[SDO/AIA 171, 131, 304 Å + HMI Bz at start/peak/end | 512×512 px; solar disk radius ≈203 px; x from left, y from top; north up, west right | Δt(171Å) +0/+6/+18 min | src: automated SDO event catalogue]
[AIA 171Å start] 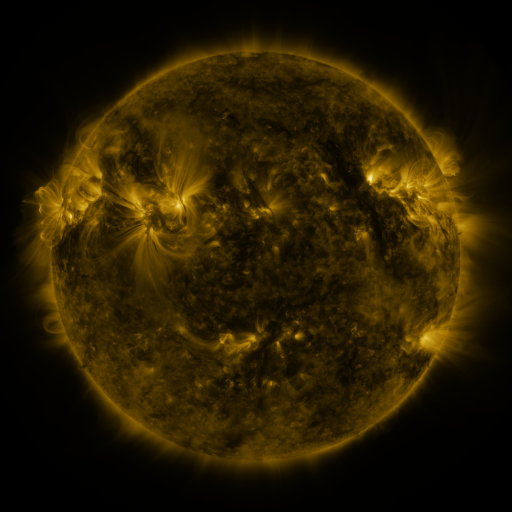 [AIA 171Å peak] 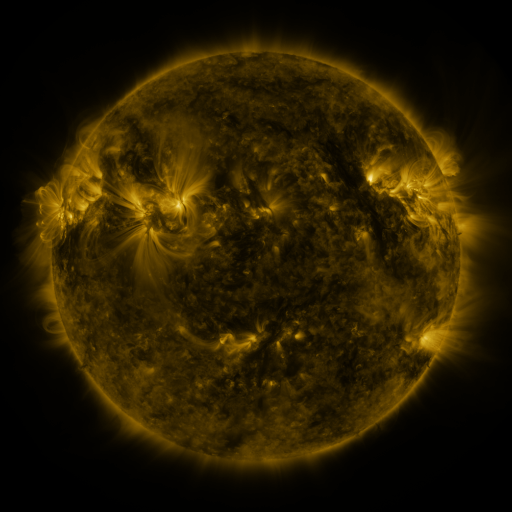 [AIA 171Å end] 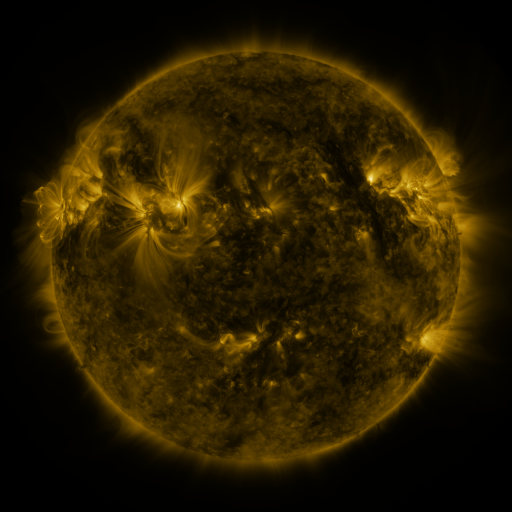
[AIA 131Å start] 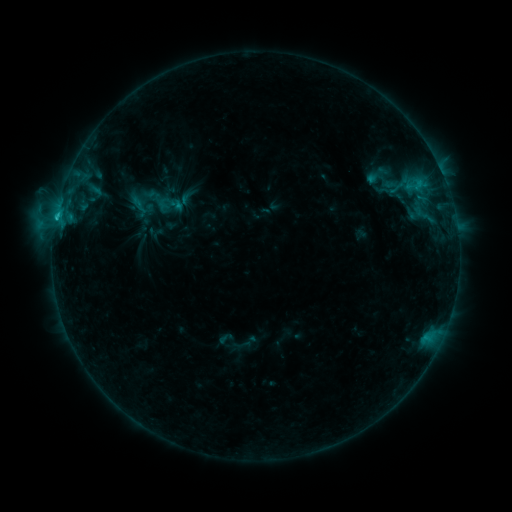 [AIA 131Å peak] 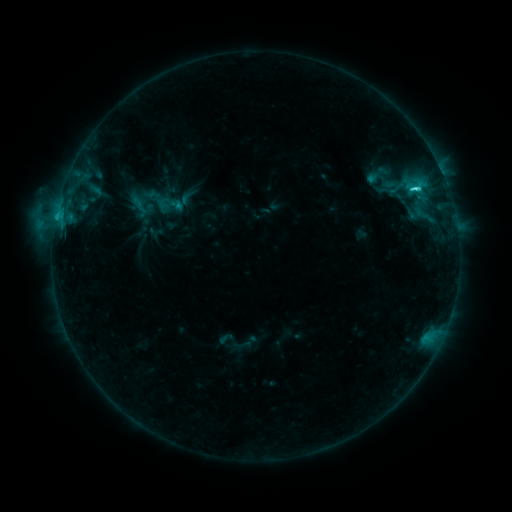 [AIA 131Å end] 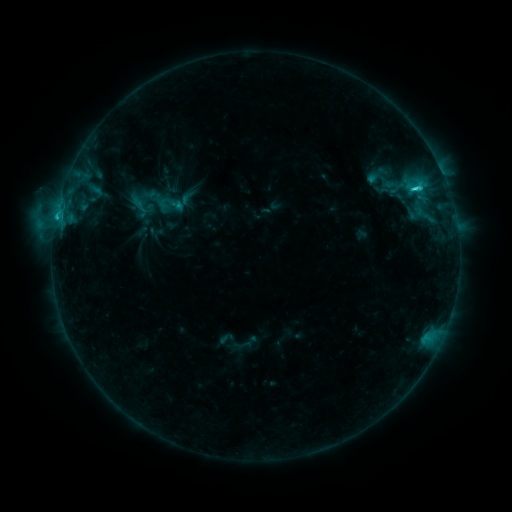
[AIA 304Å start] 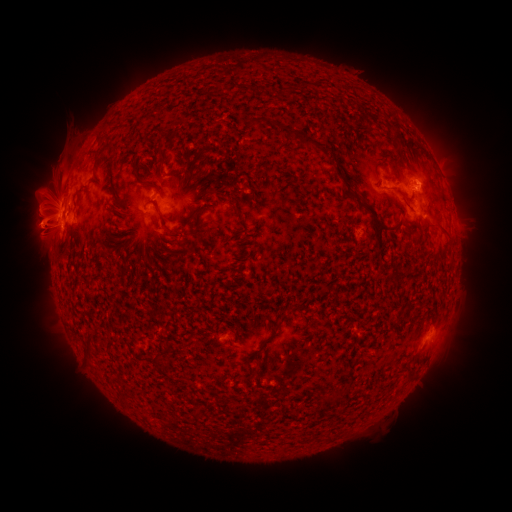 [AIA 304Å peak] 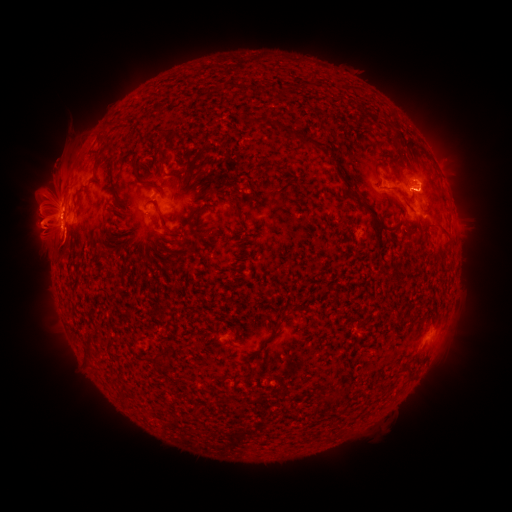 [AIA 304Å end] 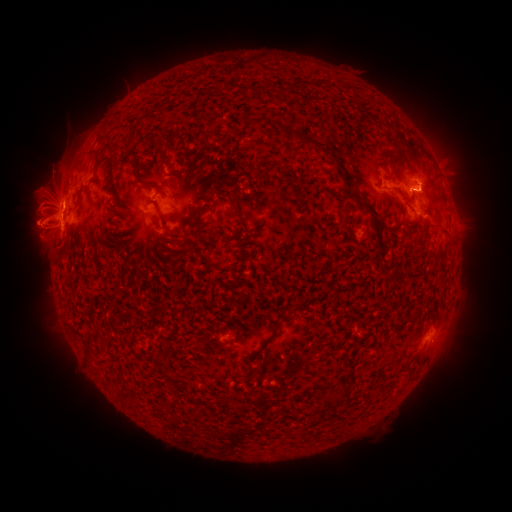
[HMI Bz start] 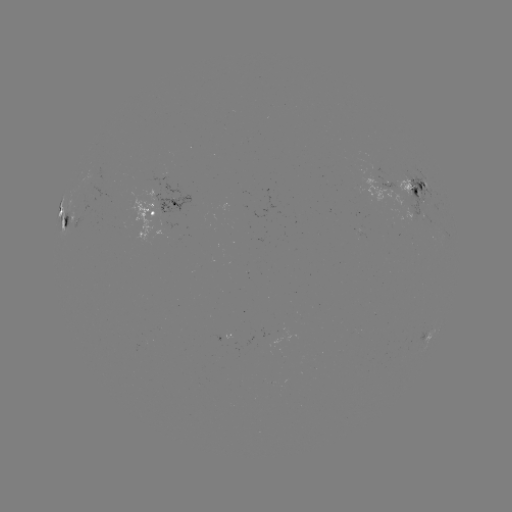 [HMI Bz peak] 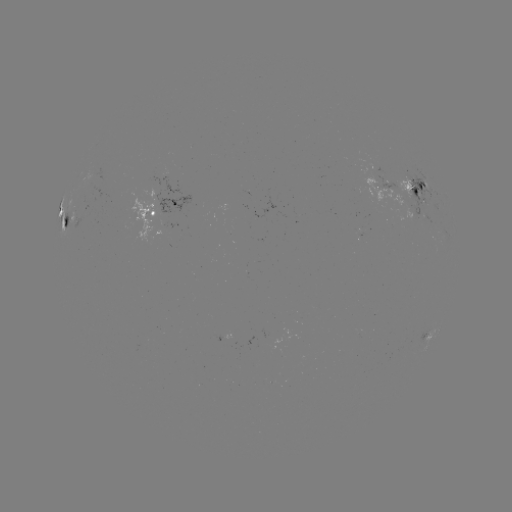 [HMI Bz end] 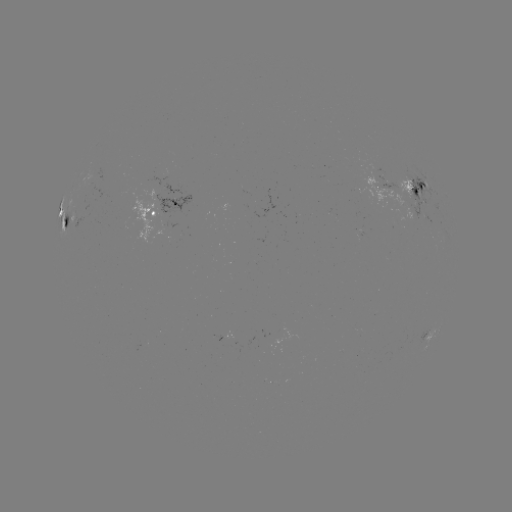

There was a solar flare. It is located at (414, 192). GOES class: C4.0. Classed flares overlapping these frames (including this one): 1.